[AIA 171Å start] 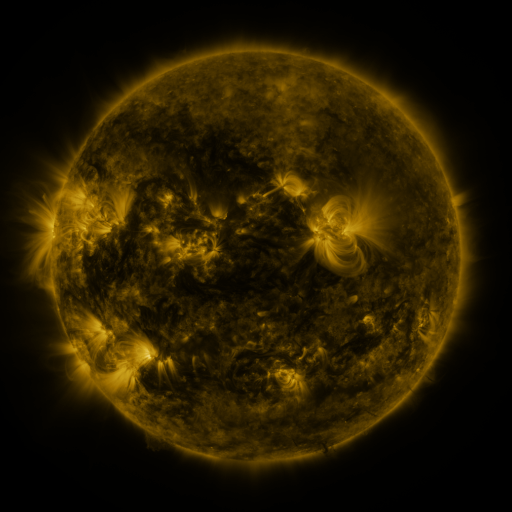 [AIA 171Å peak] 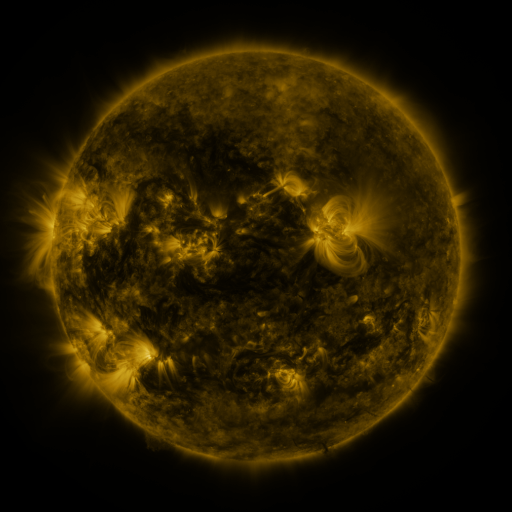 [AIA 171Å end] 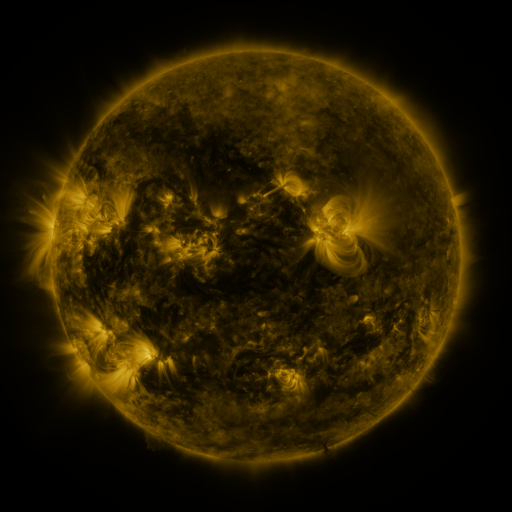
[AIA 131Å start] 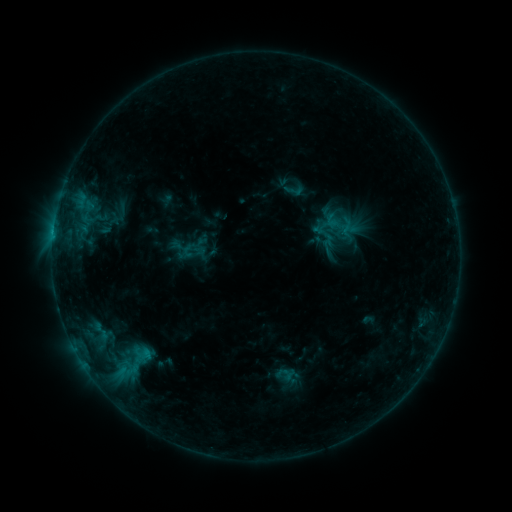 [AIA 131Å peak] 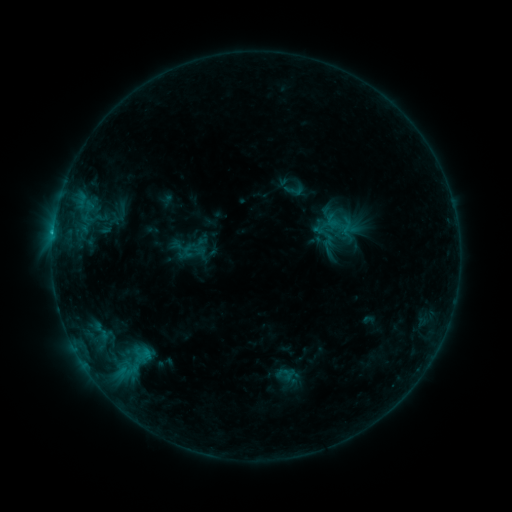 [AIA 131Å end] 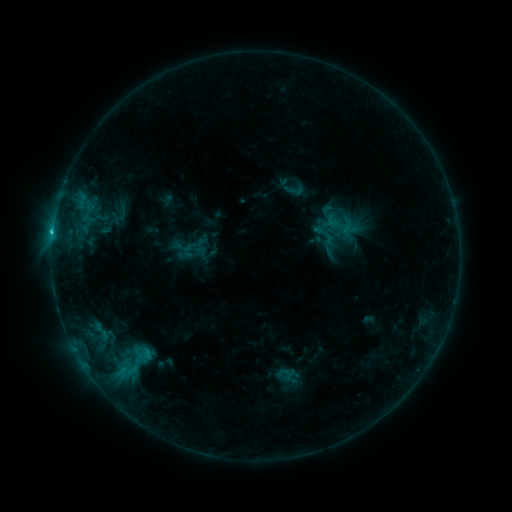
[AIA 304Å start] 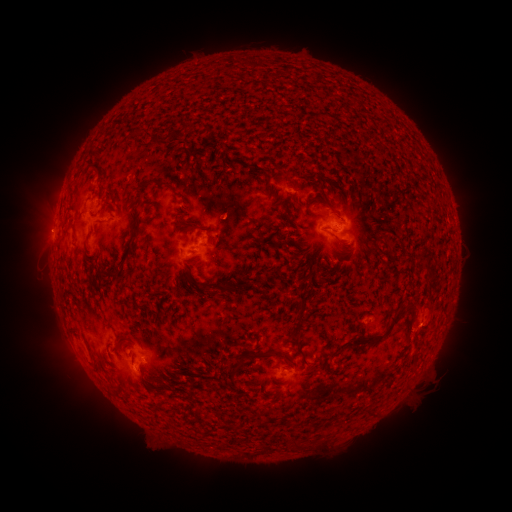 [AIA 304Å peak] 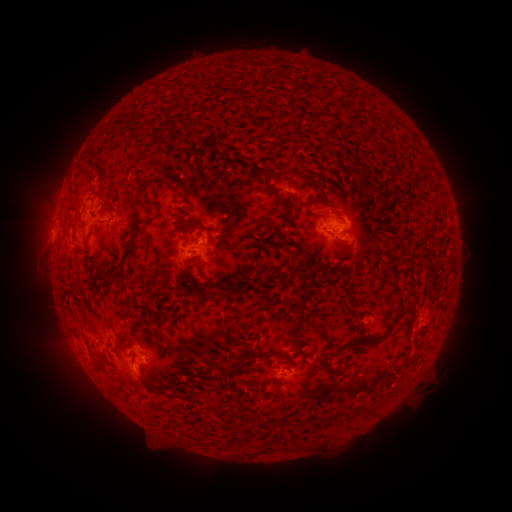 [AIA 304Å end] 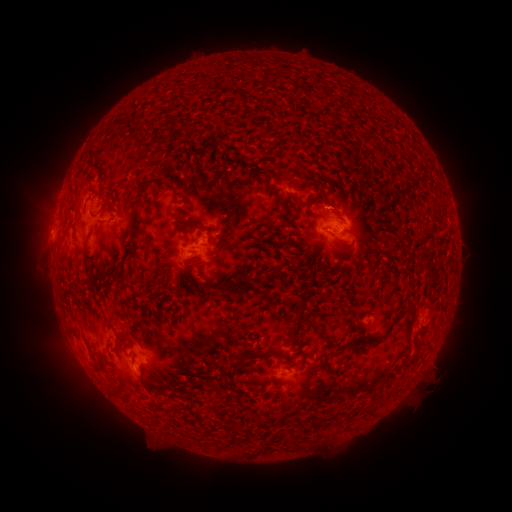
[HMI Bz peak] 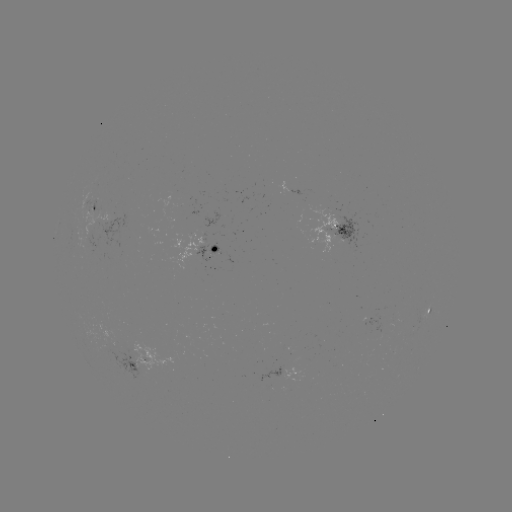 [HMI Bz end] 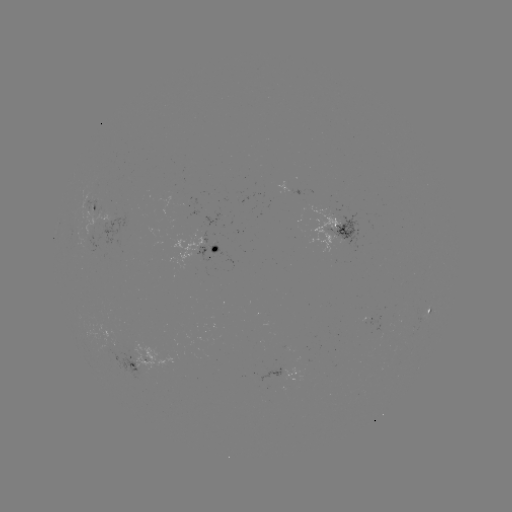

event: flare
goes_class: C1.3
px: (53, 235)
